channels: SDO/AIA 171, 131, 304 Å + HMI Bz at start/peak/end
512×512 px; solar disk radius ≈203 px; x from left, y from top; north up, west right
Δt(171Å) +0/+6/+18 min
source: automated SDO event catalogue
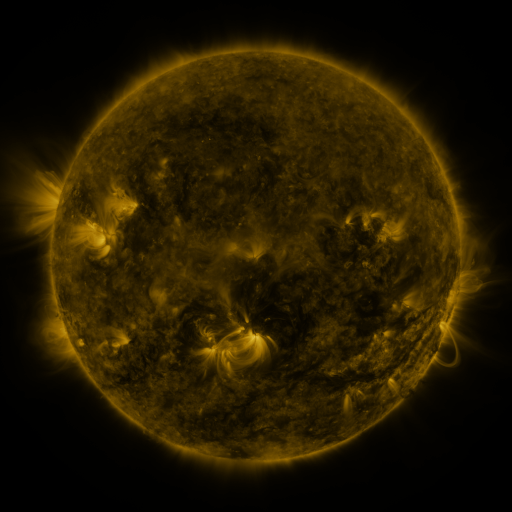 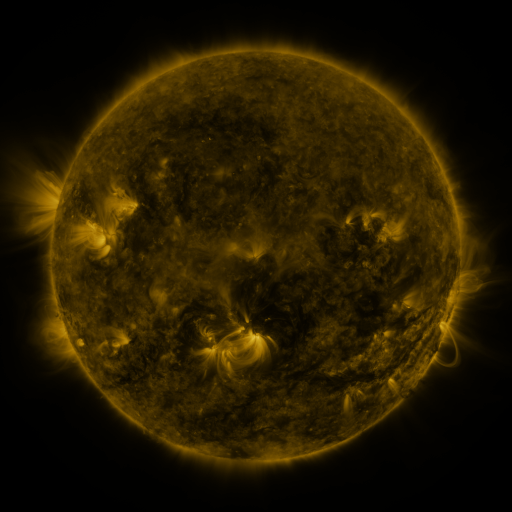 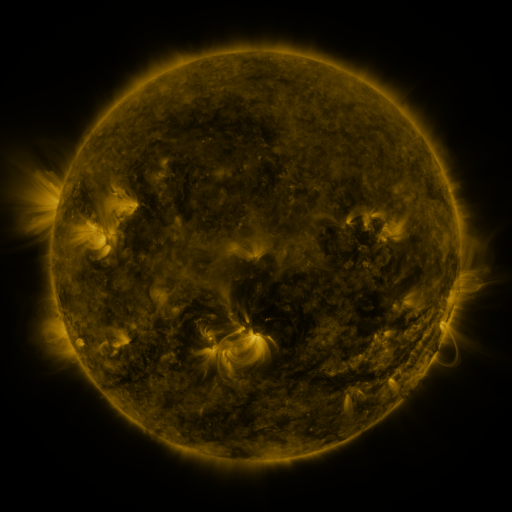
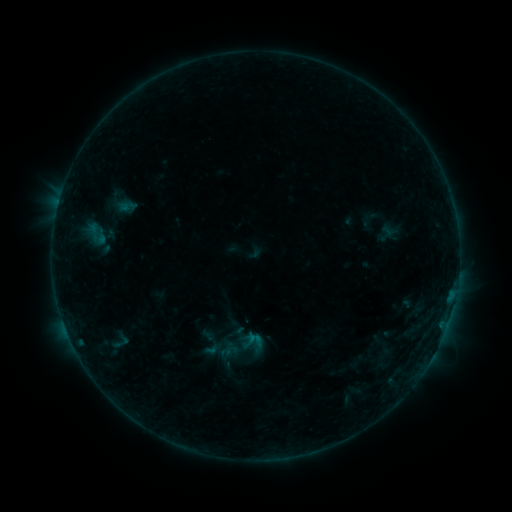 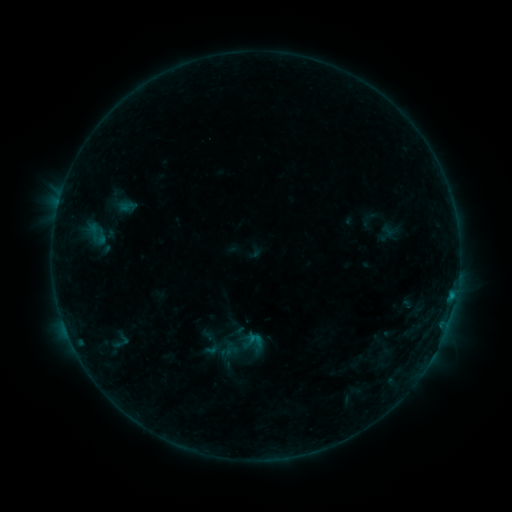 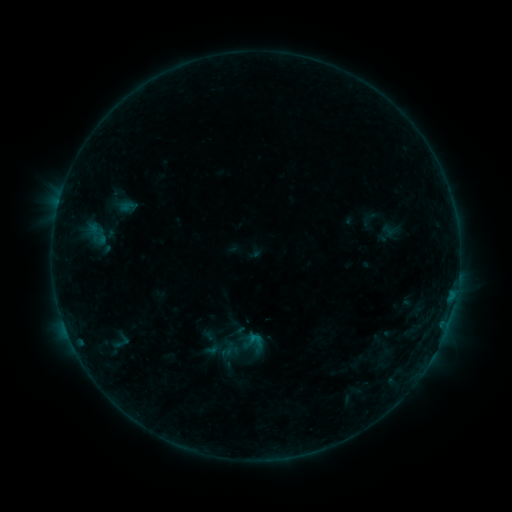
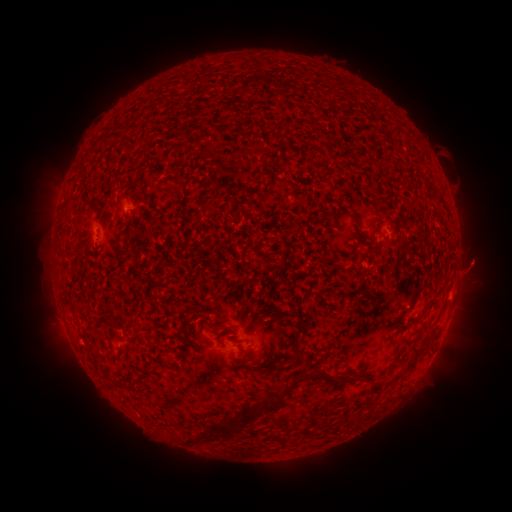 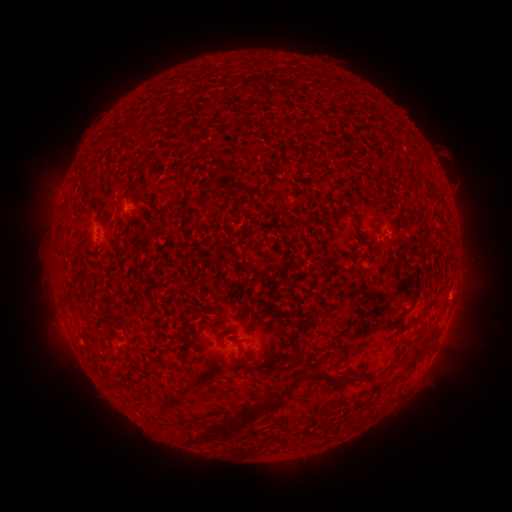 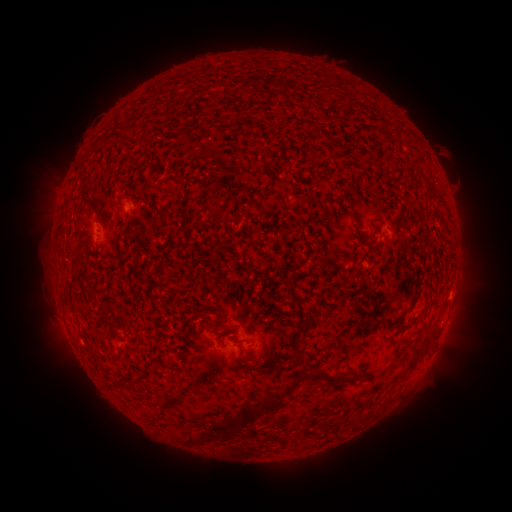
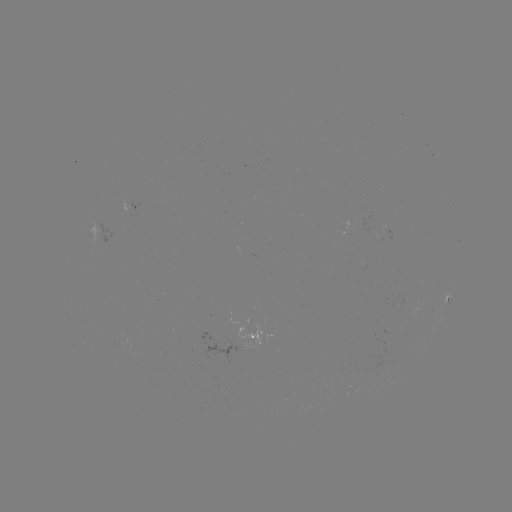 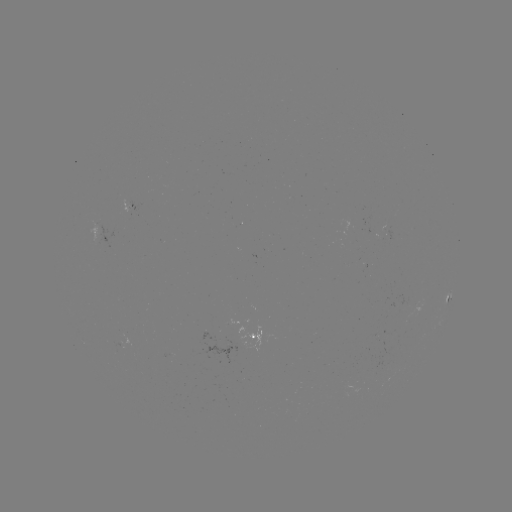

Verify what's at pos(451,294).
B3.2 flare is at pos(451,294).